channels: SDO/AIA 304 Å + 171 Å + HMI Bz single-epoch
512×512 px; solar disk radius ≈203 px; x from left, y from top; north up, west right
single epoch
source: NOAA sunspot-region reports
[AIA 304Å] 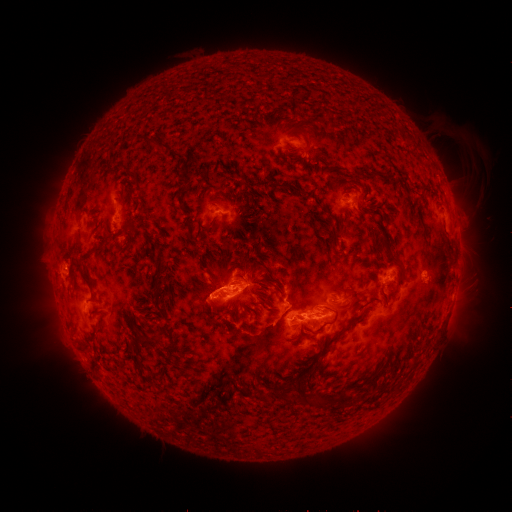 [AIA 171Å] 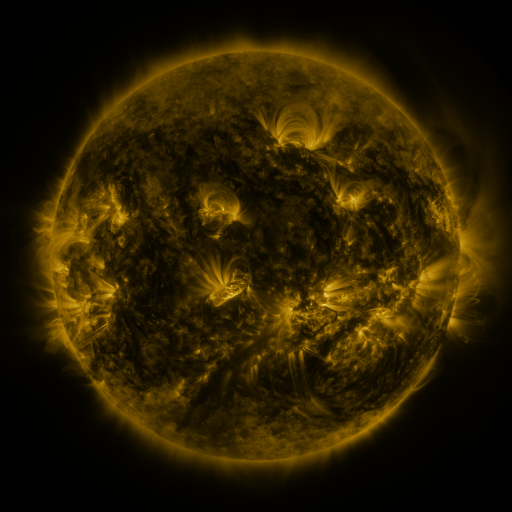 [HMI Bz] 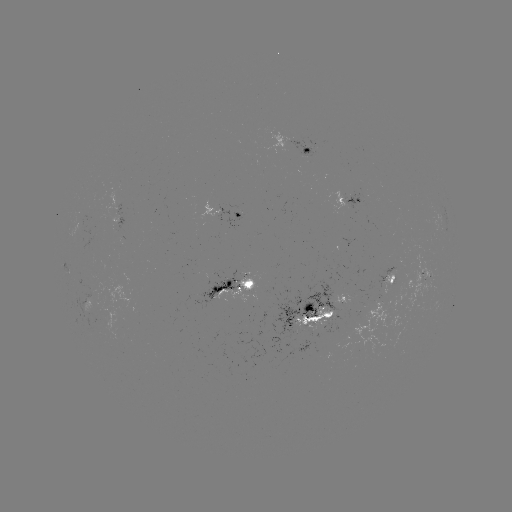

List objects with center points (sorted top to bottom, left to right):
spotted active region: (306, 143)
spotted active region: (348, 199)
spotted active region: (241, 215)
spotted active region: (396, 277)
spotted active region: (241, 283)
spotted active region: (346, 297)
spotted active region: (309, 314)
